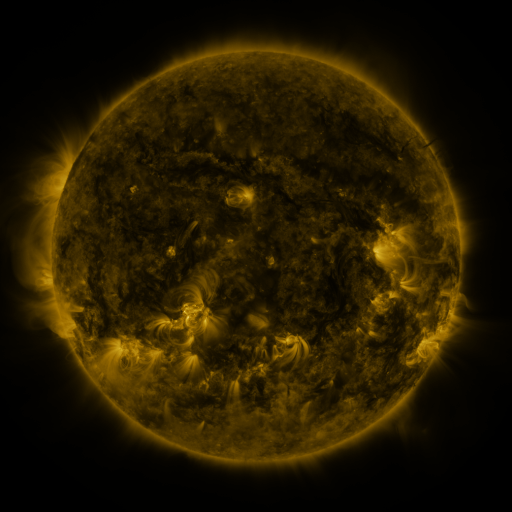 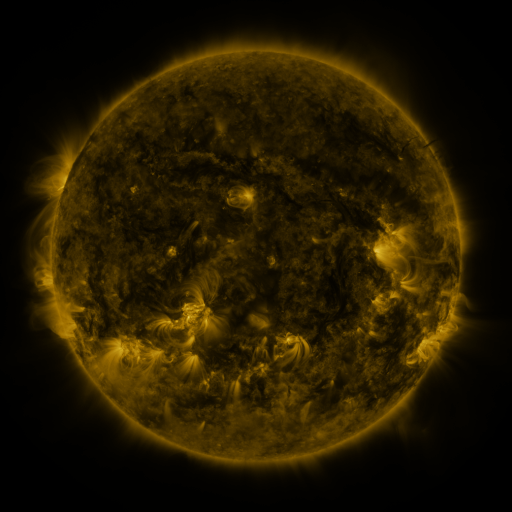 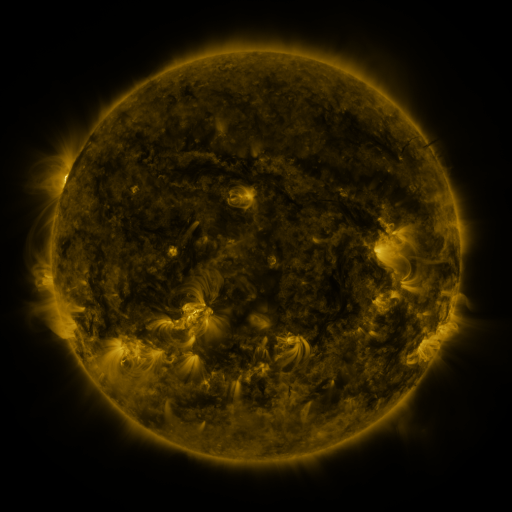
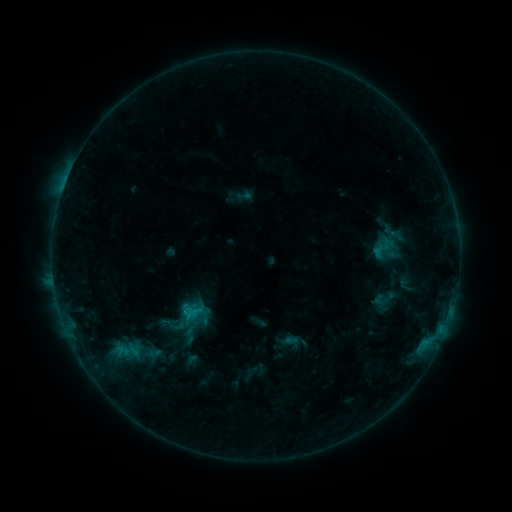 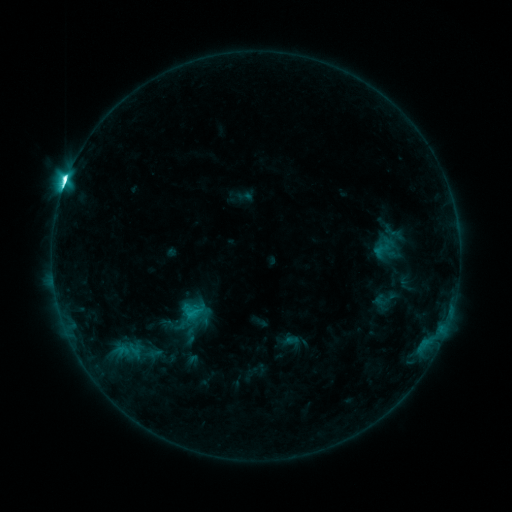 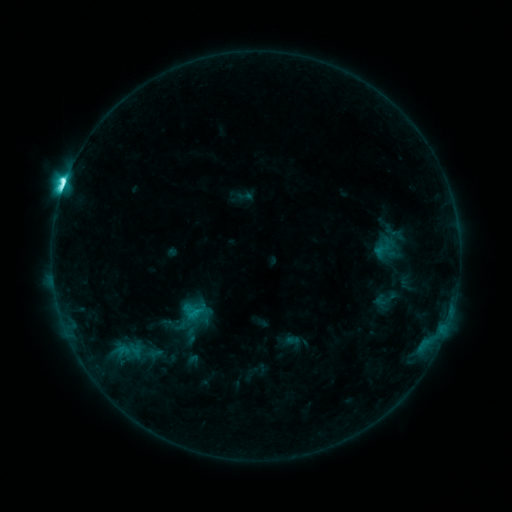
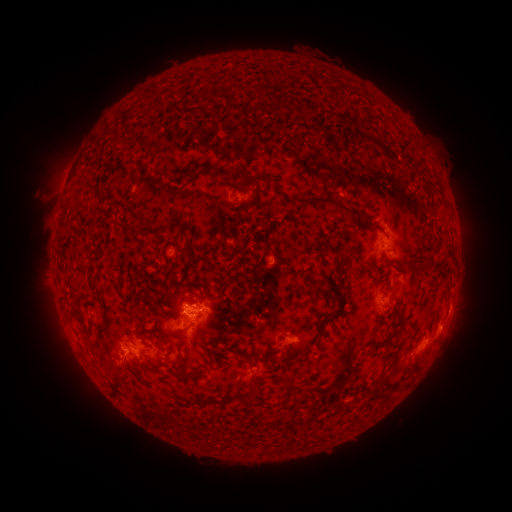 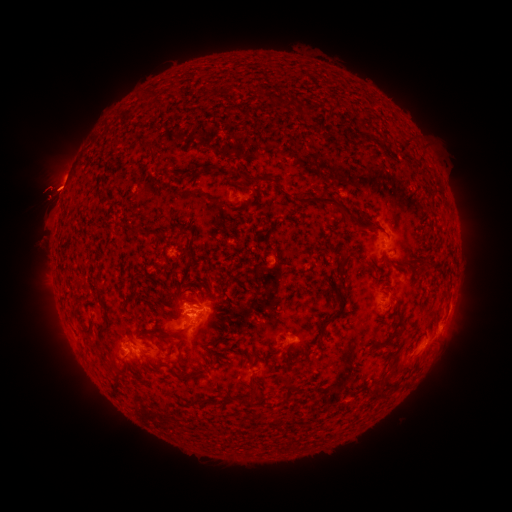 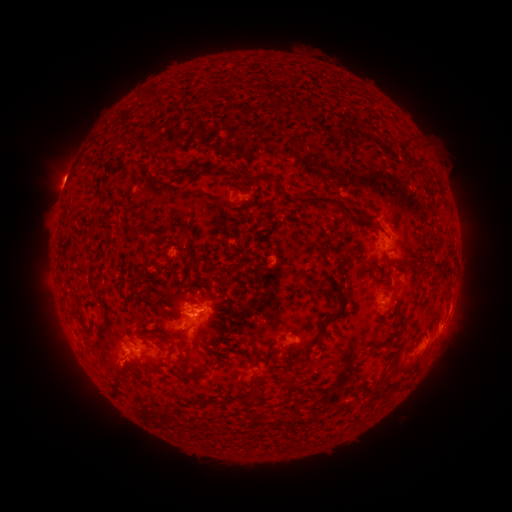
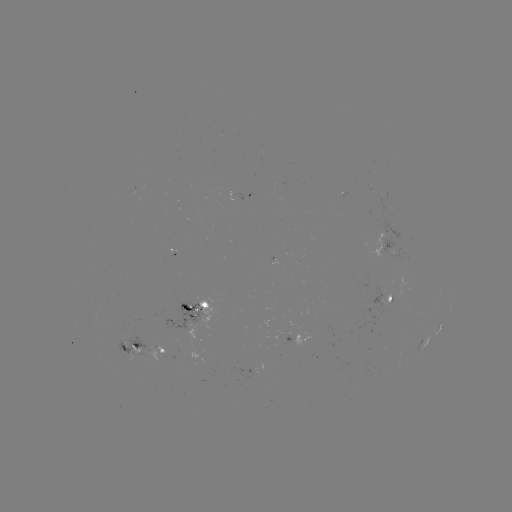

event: flare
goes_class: M1.5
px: (66, 184)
